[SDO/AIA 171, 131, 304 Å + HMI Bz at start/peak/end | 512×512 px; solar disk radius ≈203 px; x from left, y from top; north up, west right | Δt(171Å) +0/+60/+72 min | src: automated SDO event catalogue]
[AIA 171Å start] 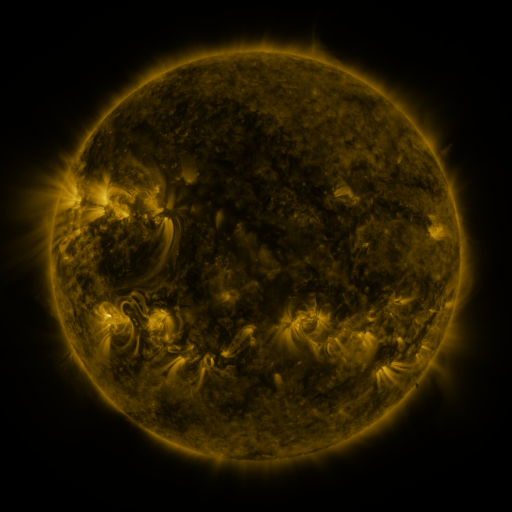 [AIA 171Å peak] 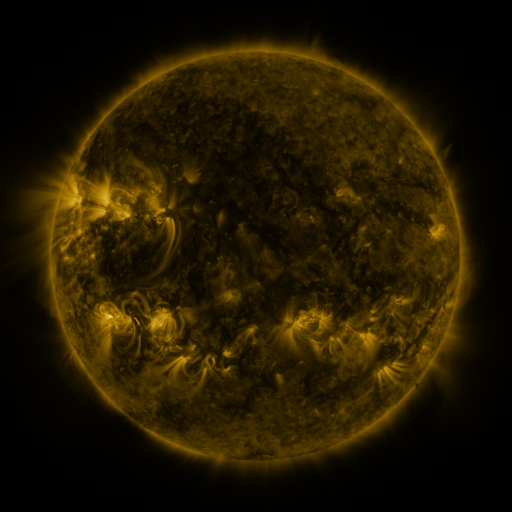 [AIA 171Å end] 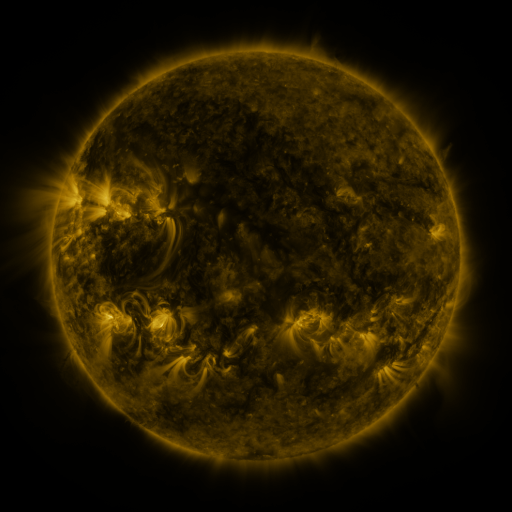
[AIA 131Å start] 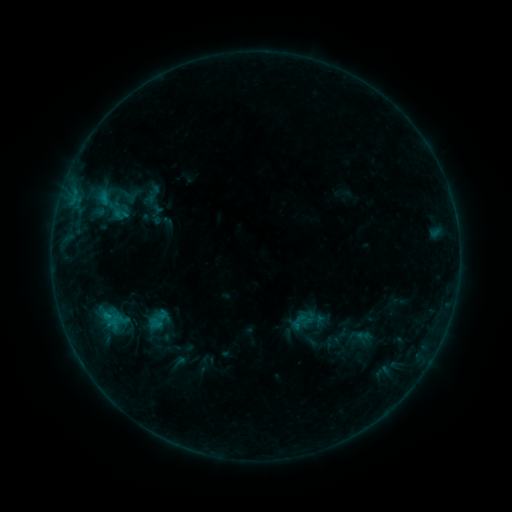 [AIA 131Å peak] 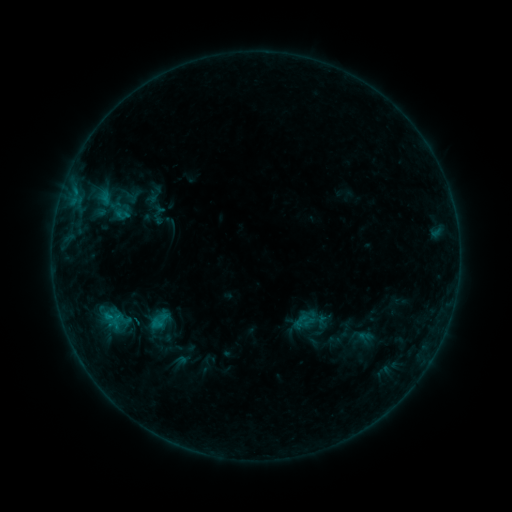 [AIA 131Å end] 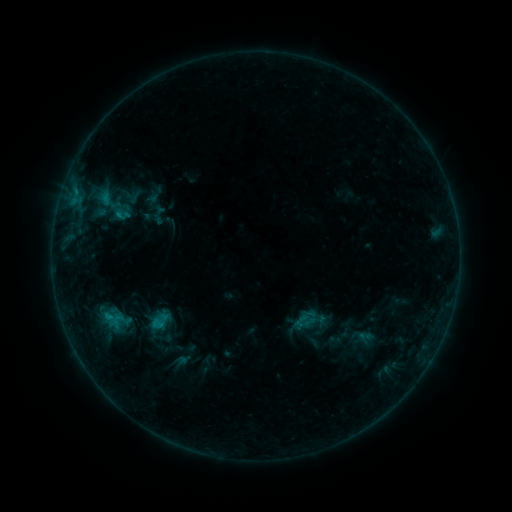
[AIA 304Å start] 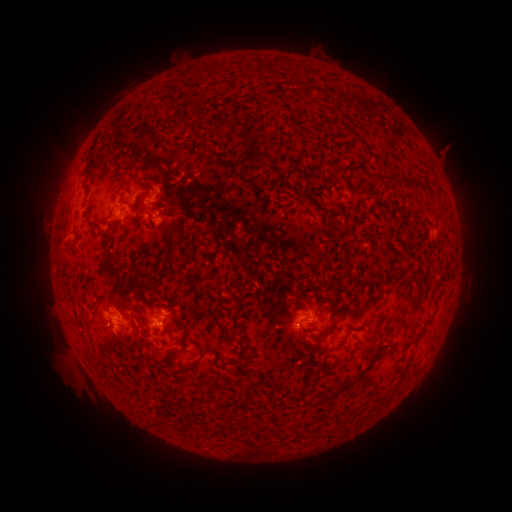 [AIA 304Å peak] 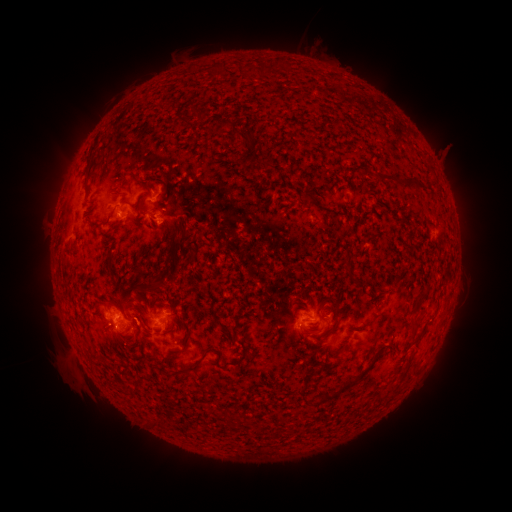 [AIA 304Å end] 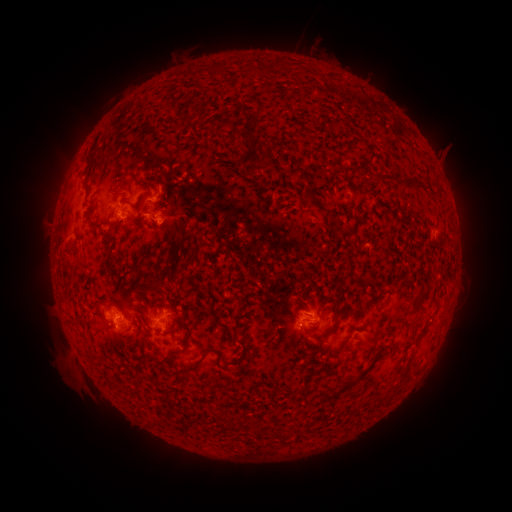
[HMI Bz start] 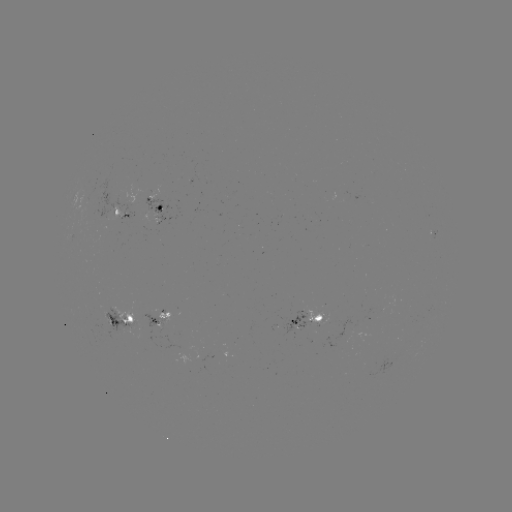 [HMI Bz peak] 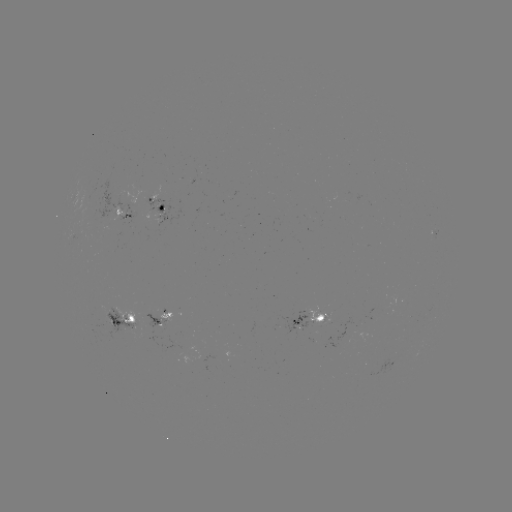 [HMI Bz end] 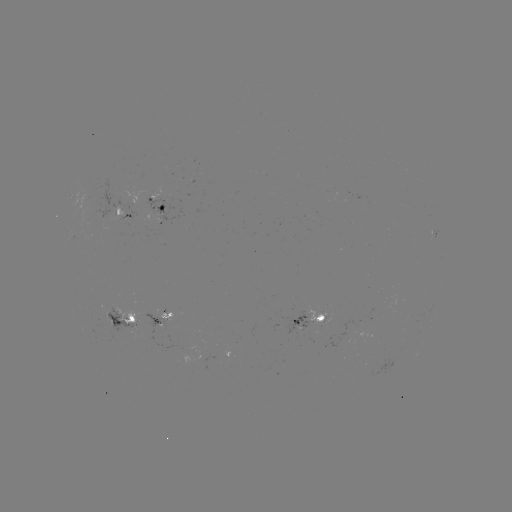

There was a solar emerging-flux region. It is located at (314, 315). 